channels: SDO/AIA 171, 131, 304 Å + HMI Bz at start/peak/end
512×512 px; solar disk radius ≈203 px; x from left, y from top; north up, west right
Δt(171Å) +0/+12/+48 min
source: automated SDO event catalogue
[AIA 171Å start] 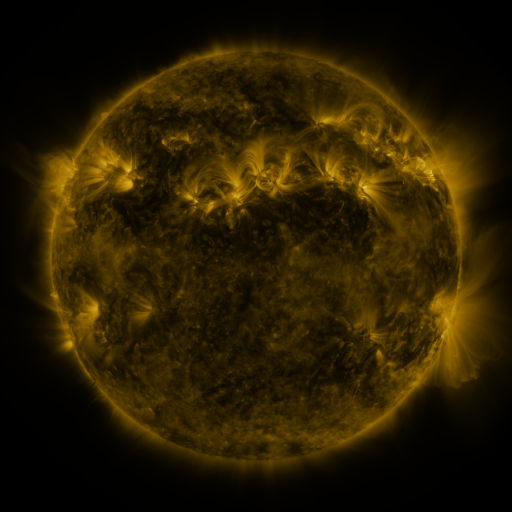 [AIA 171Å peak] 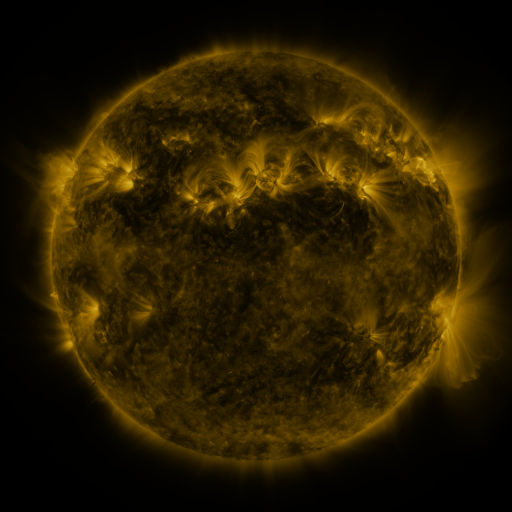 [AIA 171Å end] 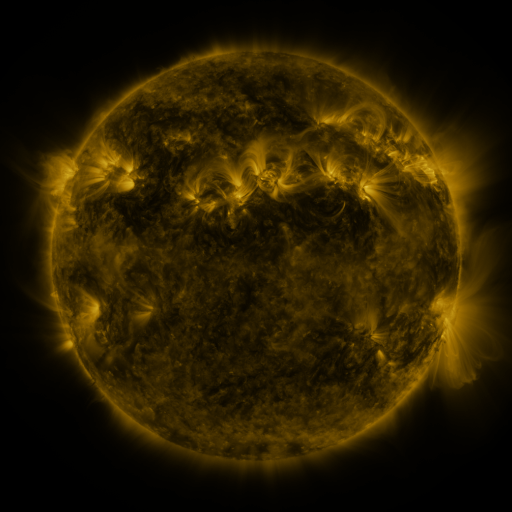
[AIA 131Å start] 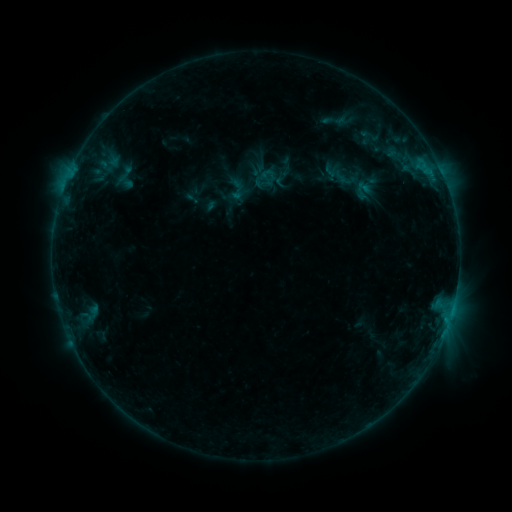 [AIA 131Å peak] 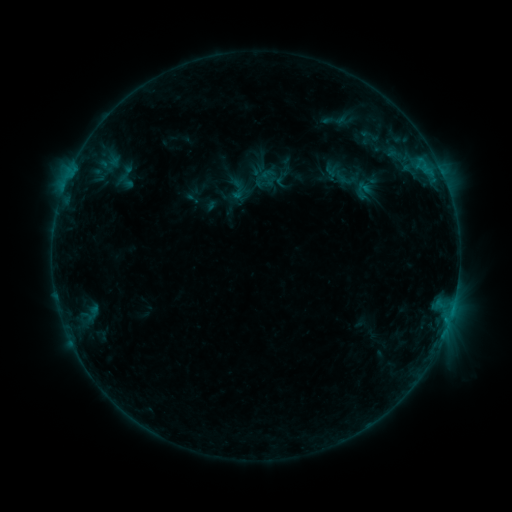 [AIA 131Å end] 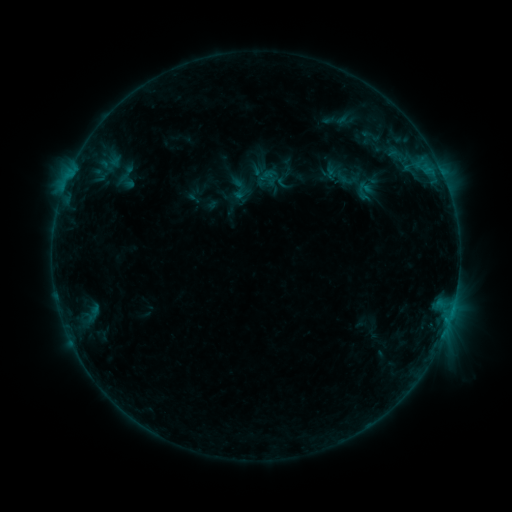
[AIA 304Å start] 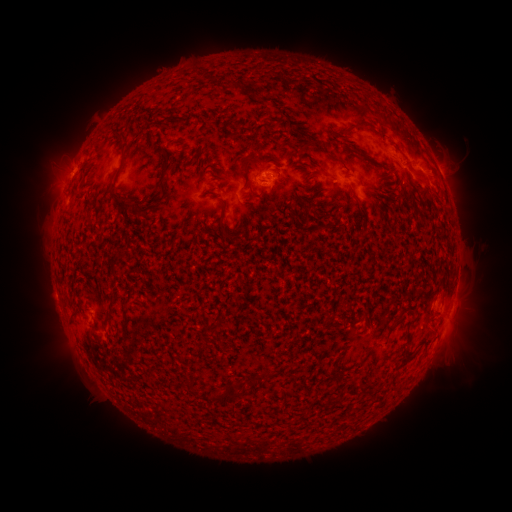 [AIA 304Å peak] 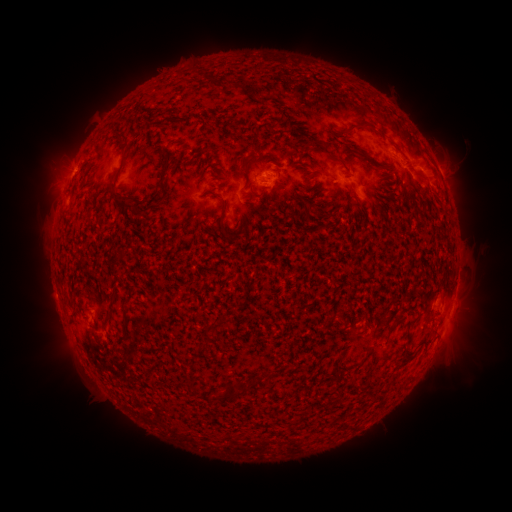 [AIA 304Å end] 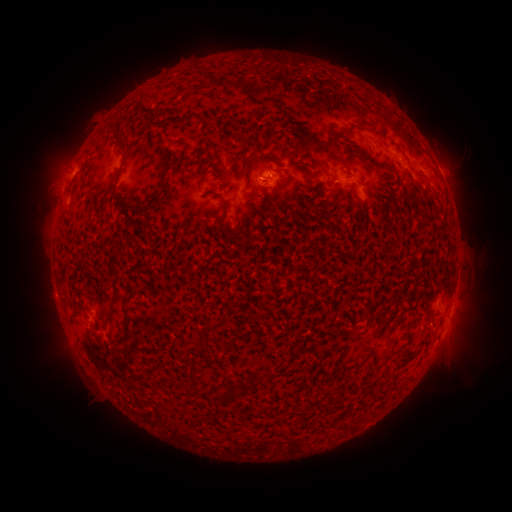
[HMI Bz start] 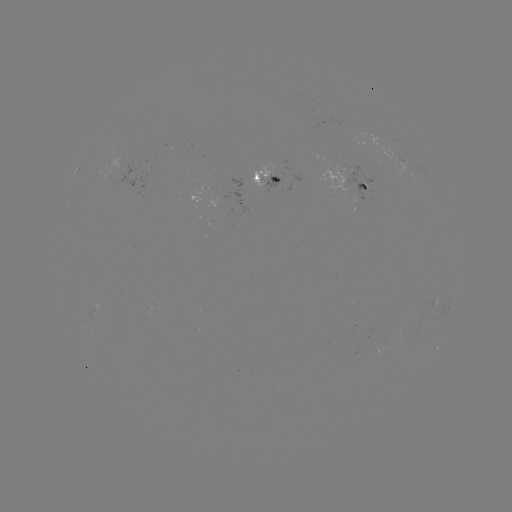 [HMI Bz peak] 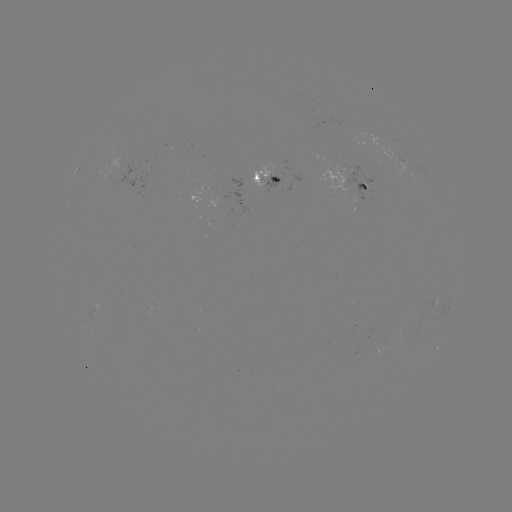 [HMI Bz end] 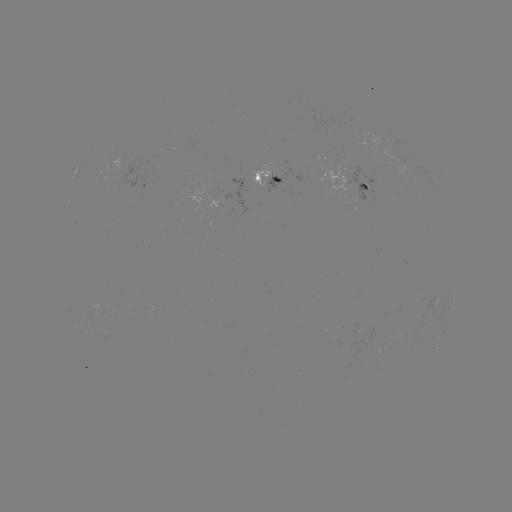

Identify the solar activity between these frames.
emerging-flux region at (118, 165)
